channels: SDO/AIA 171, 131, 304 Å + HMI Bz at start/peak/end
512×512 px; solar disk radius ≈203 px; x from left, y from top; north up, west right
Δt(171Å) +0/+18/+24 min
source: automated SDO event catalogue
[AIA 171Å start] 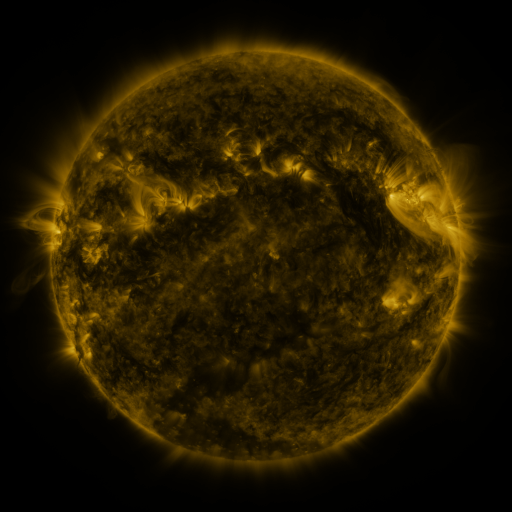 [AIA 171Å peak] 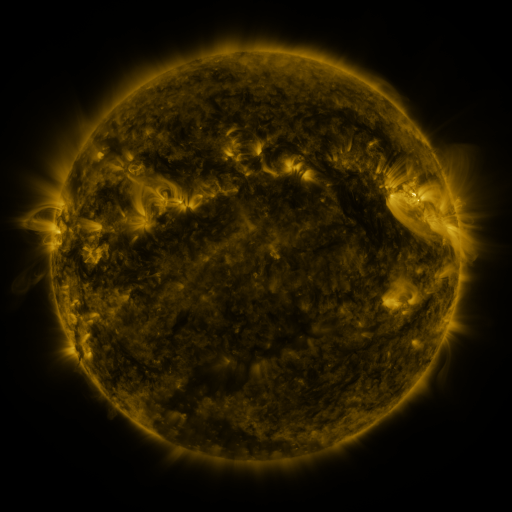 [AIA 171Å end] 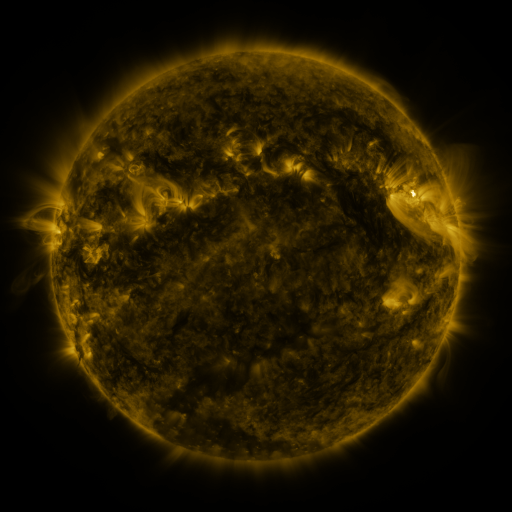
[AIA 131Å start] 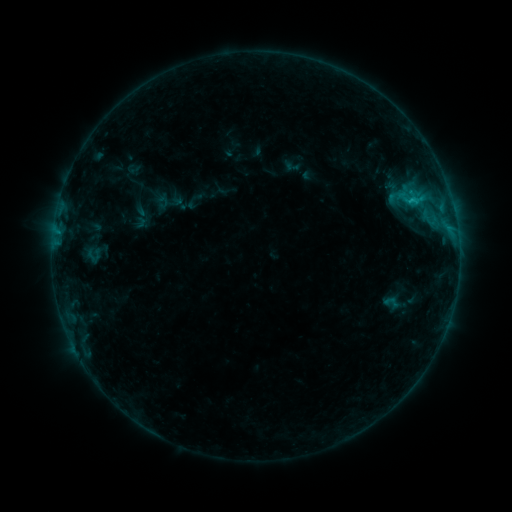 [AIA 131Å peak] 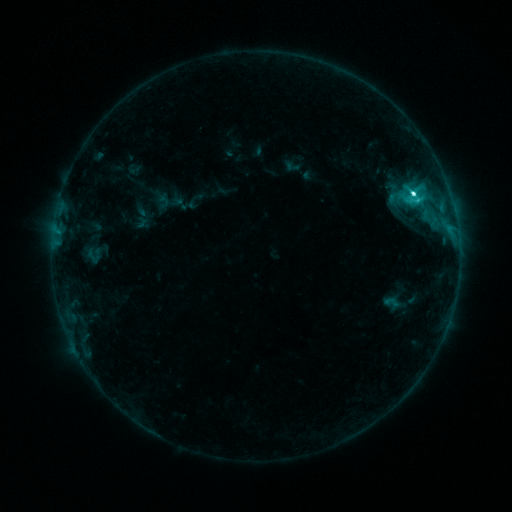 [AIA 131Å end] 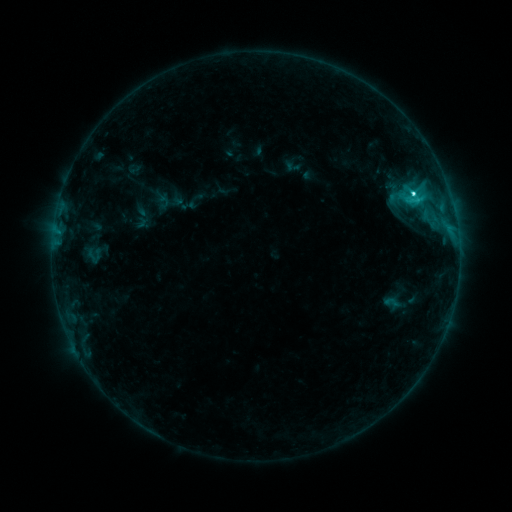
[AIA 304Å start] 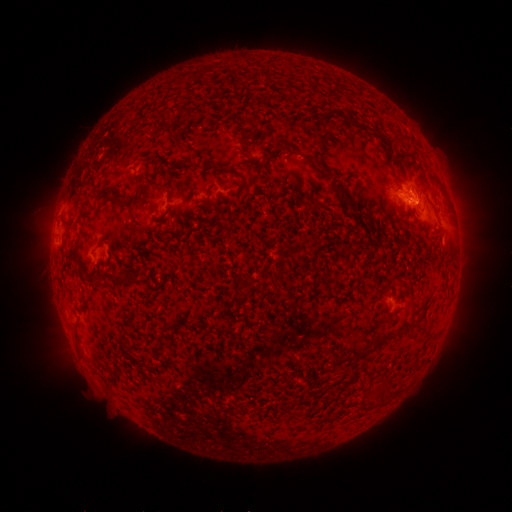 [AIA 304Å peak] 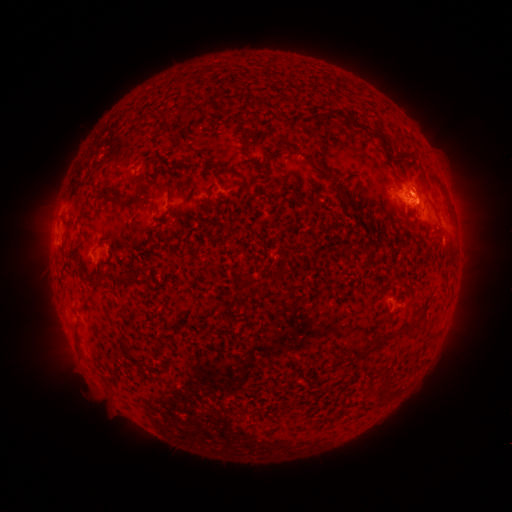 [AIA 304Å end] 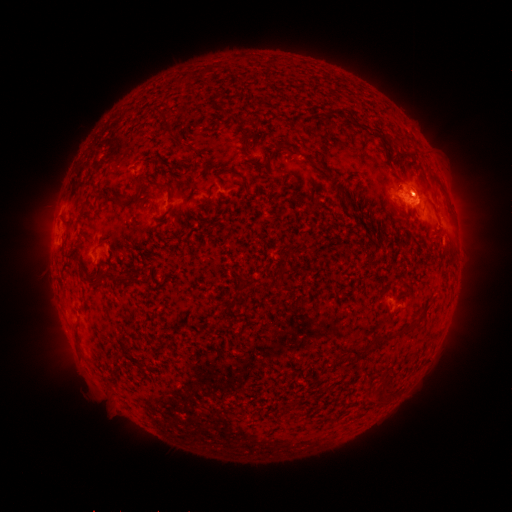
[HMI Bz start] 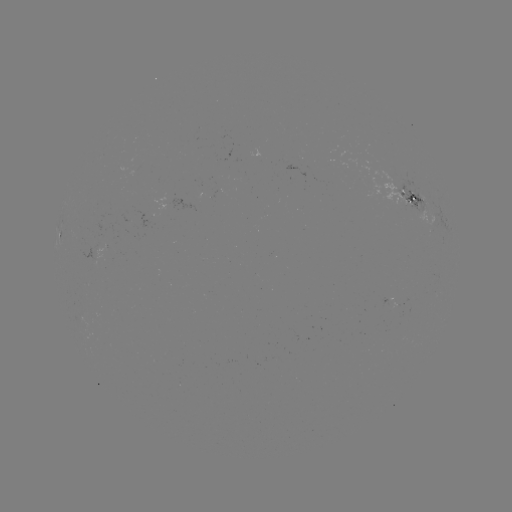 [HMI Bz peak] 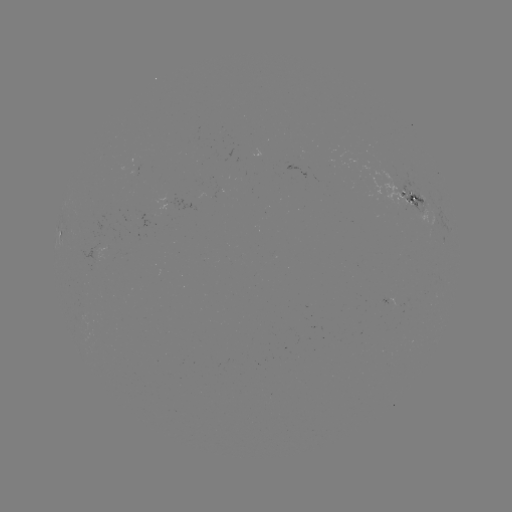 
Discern C3.9 flare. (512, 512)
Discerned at [412, 196].